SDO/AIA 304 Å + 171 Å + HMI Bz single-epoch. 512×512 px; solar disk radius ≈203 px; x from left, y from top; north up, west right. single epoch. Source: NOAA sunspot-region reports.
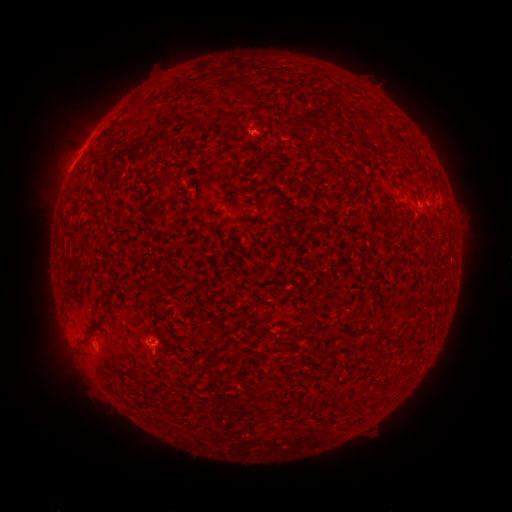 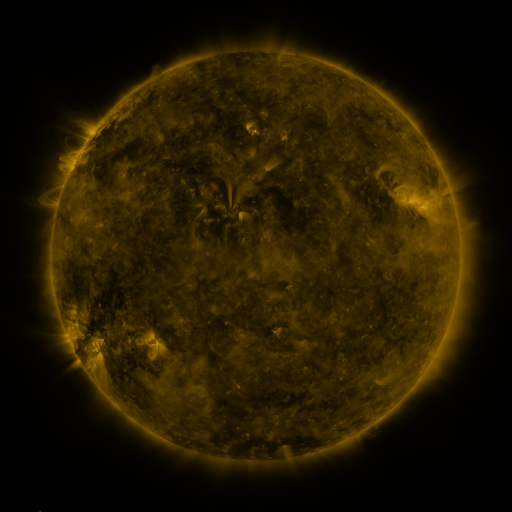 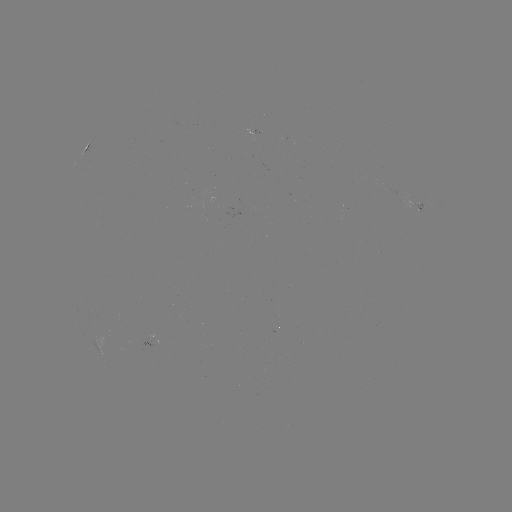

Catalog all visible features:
spotted active region: (419, 207)
spotted active region: (156, 337)
